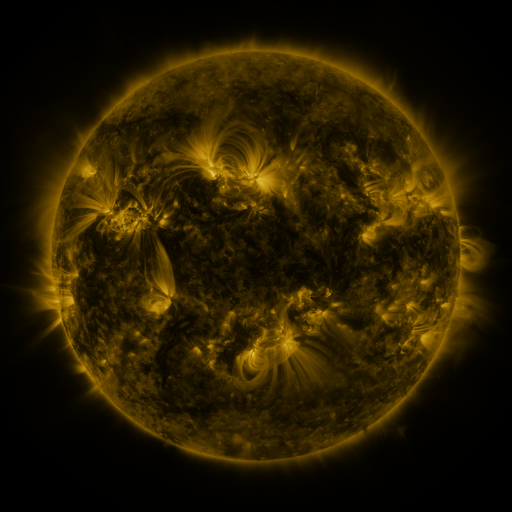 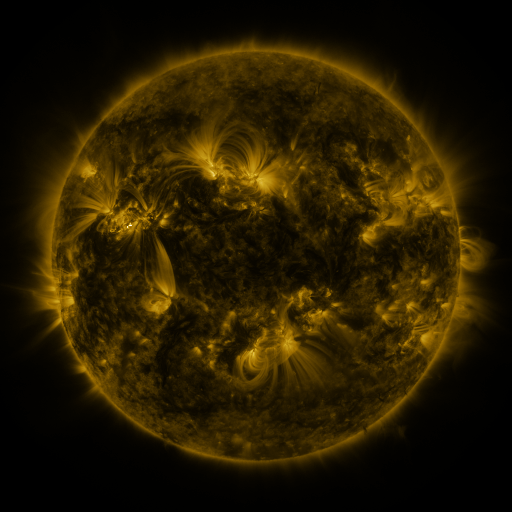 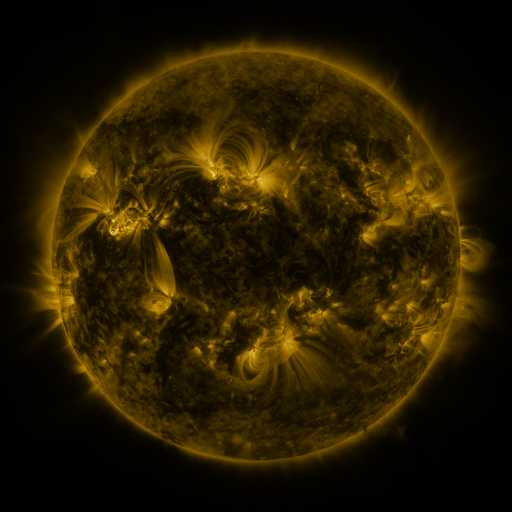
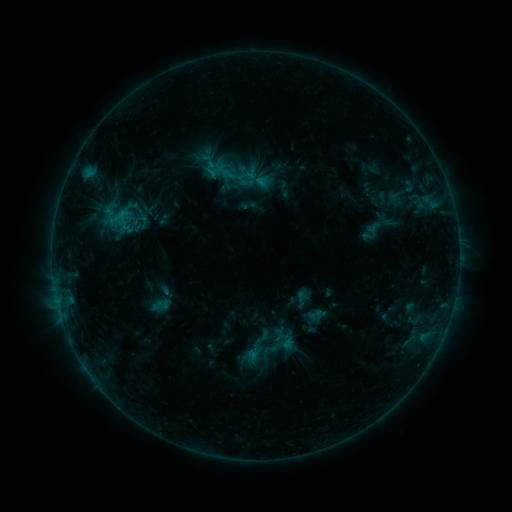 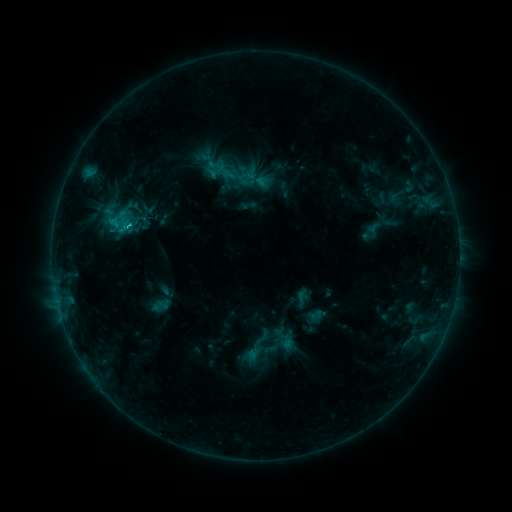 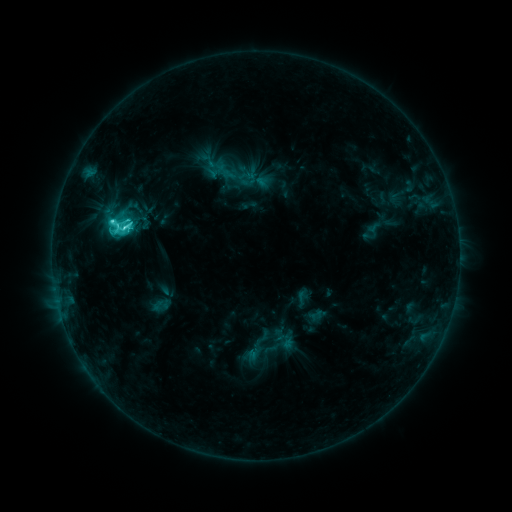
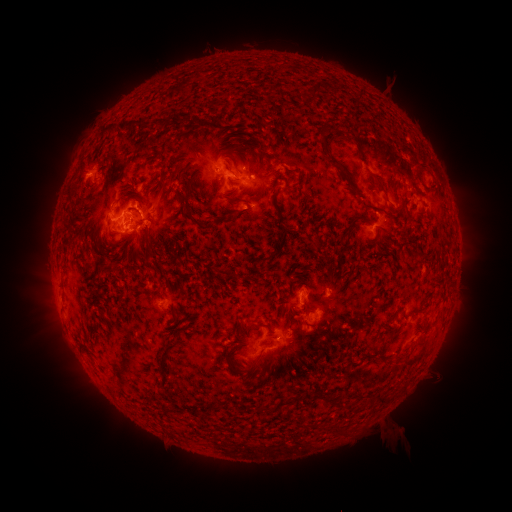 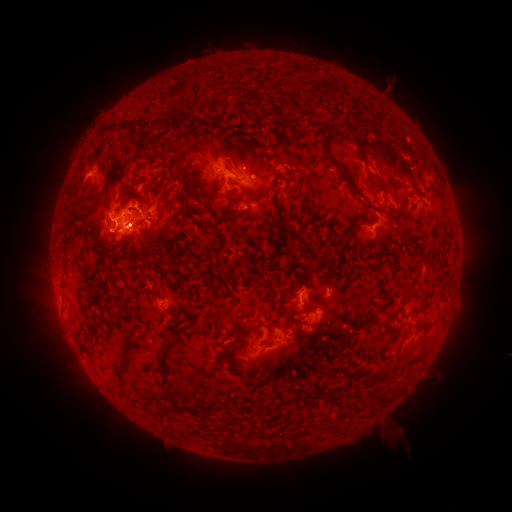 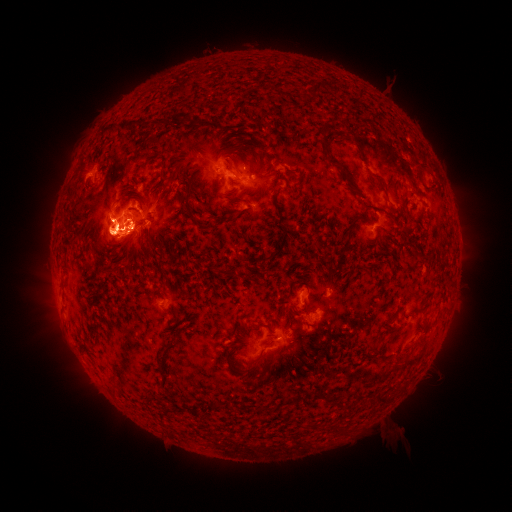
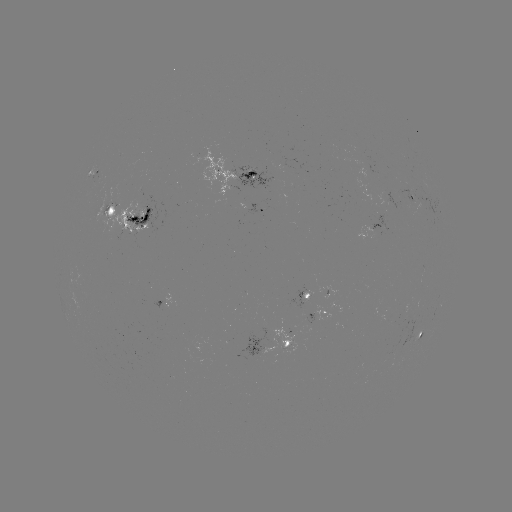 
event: eruption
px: (51, 230)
